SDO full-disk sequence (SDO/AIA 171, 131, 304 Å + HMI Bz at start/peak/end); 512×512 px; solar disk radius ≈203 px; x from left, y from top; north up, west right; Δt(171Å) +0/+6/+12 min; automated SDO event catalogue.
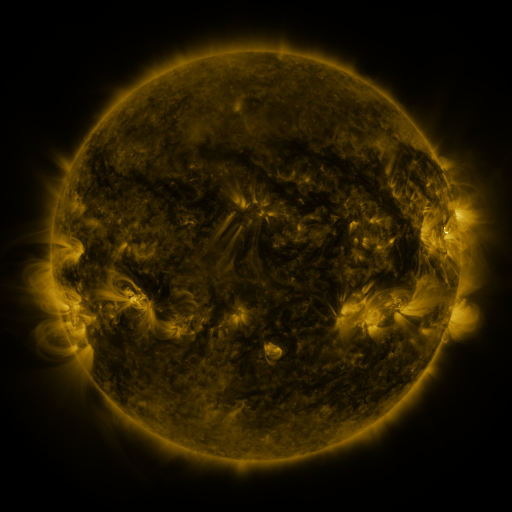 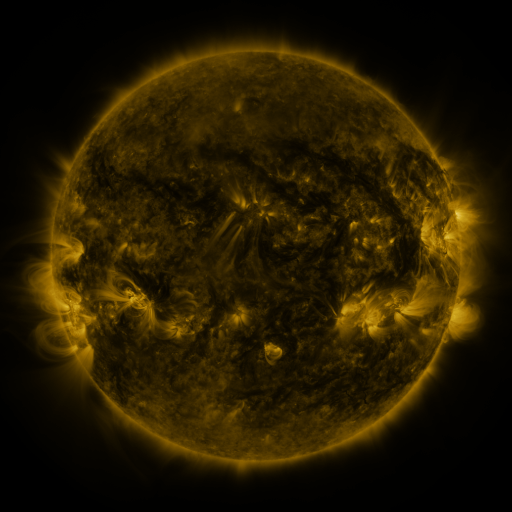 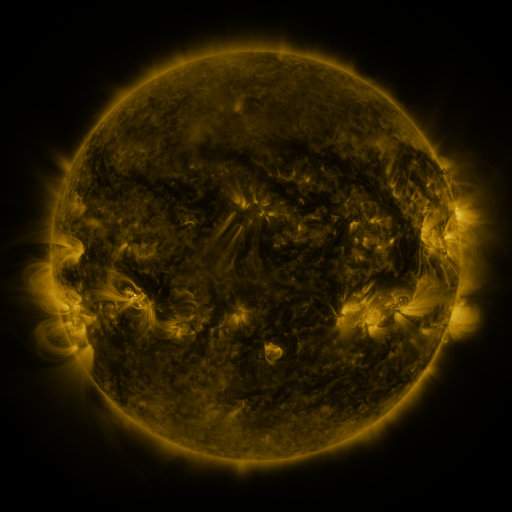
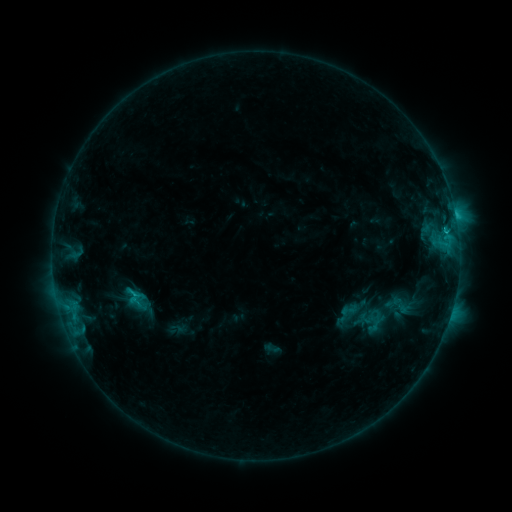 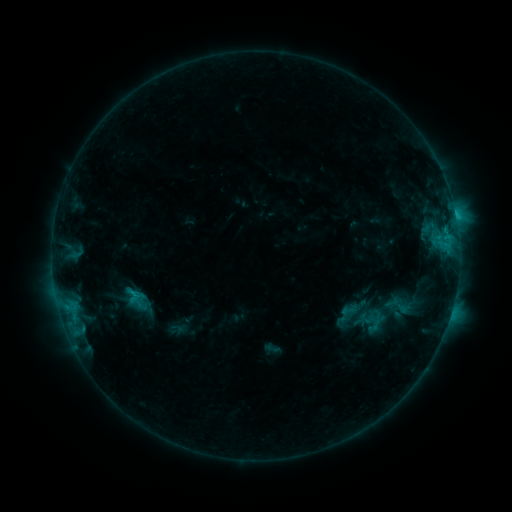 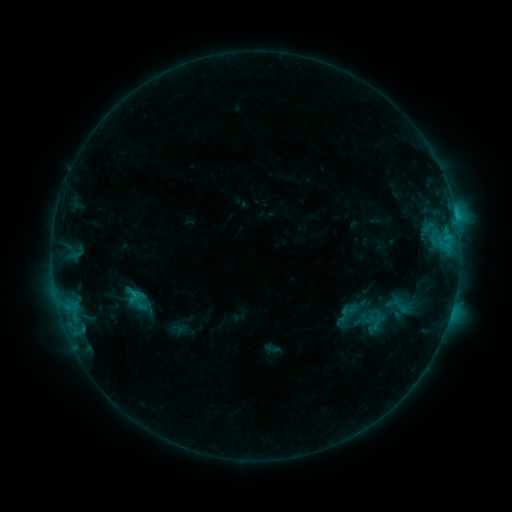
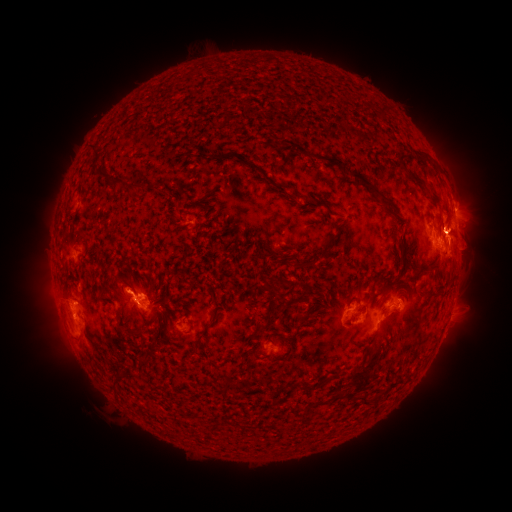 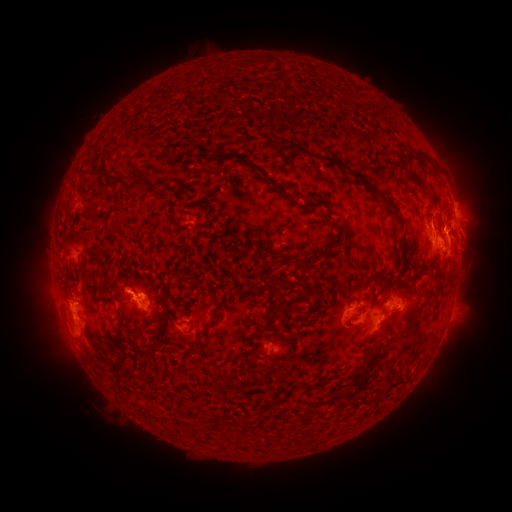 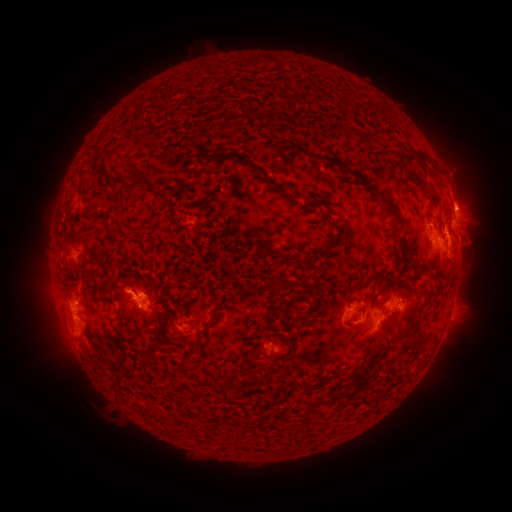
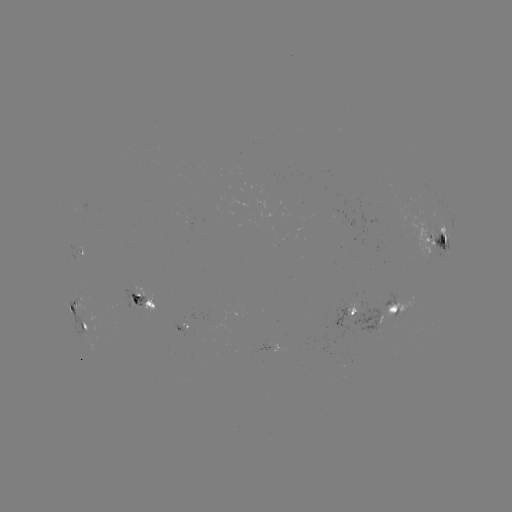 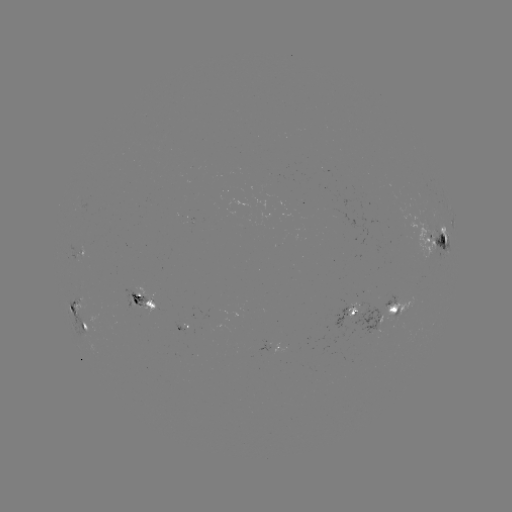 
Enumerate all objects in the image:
eruption: (473, 229)
